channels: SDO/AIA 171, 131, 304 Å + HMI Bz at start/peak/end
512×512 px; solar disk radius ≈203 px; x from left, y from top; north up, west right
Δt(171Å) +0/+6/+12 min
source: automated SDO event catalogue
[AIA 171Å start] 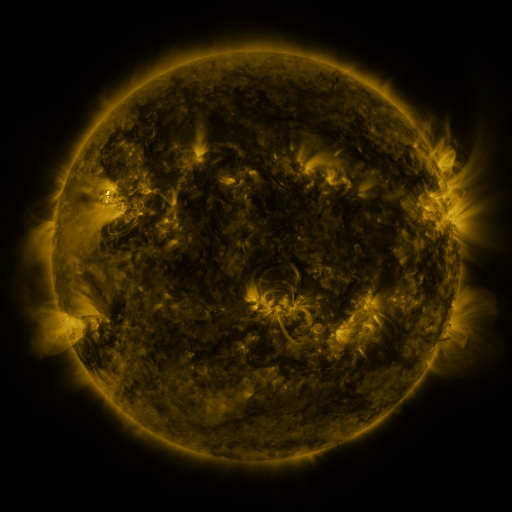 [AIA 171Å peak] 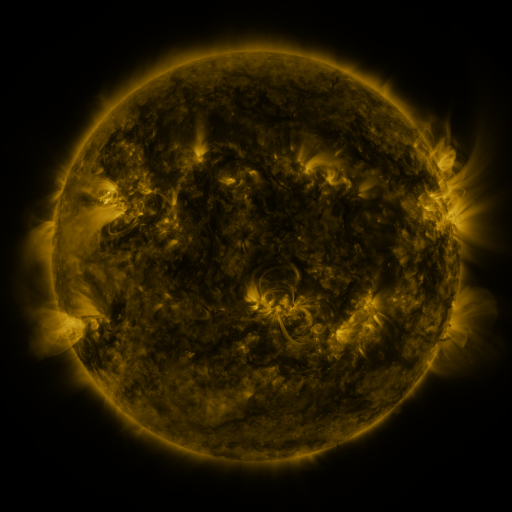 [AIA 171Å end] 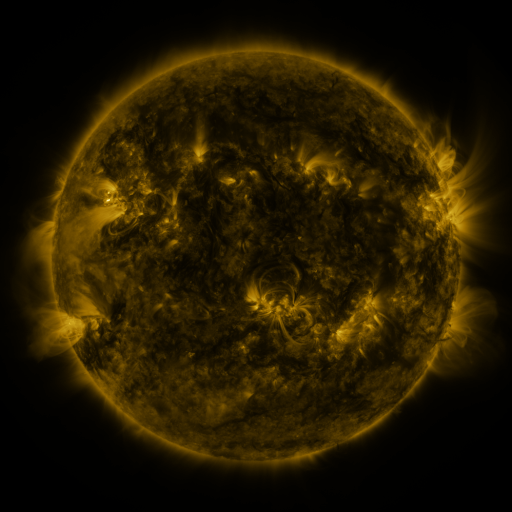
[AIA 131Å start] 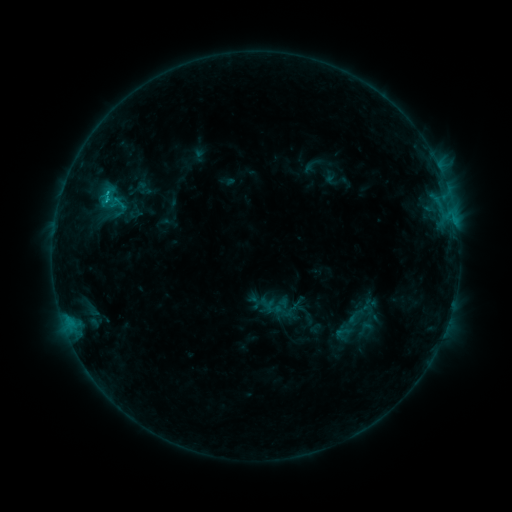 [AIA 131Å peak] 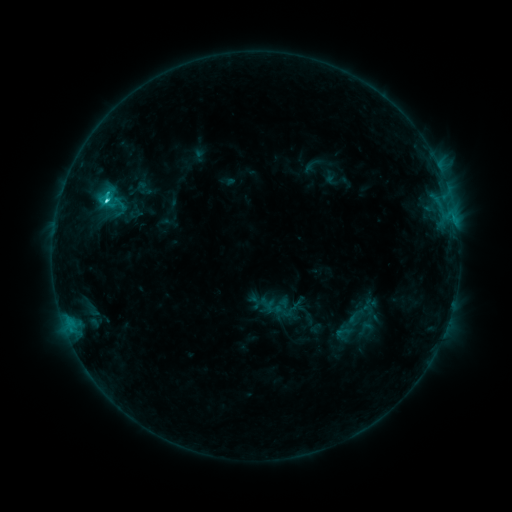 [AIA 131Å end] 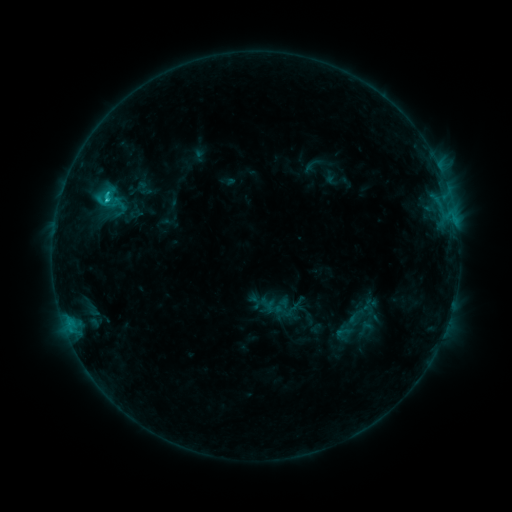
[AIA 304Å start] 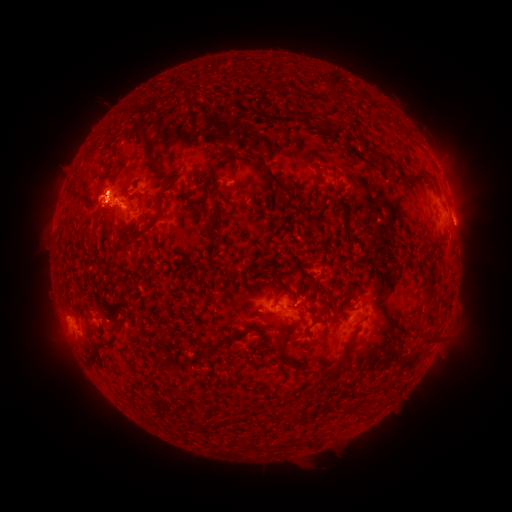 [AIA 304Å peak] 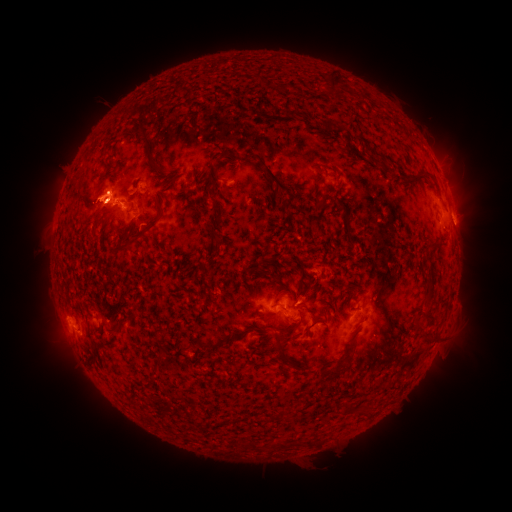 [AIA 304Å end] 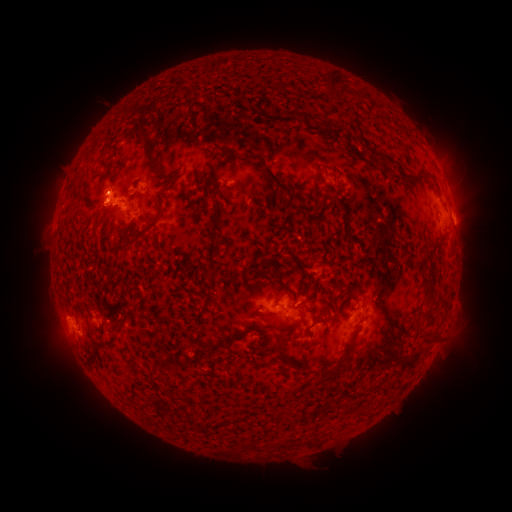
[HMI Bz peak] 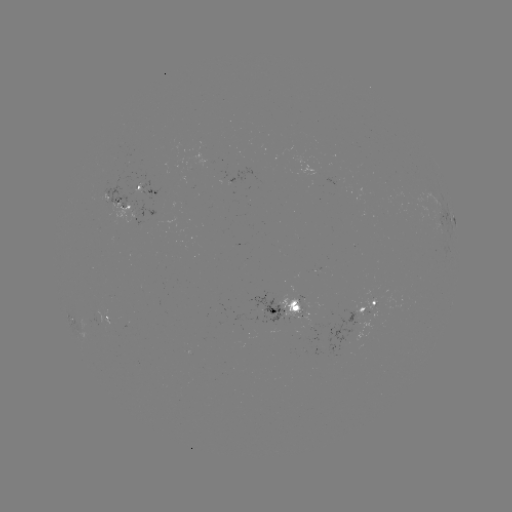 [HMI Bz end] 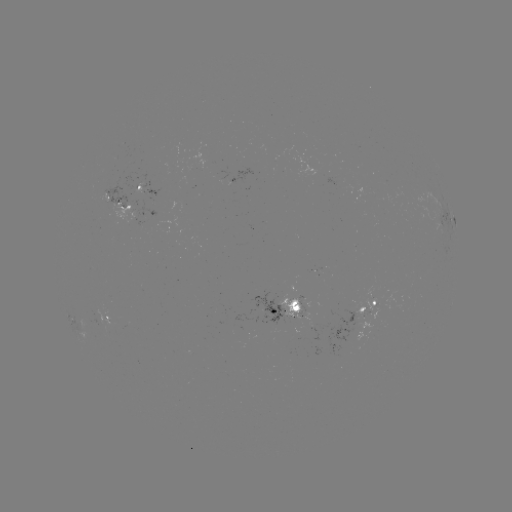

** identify C2.4 flare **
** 108,201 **